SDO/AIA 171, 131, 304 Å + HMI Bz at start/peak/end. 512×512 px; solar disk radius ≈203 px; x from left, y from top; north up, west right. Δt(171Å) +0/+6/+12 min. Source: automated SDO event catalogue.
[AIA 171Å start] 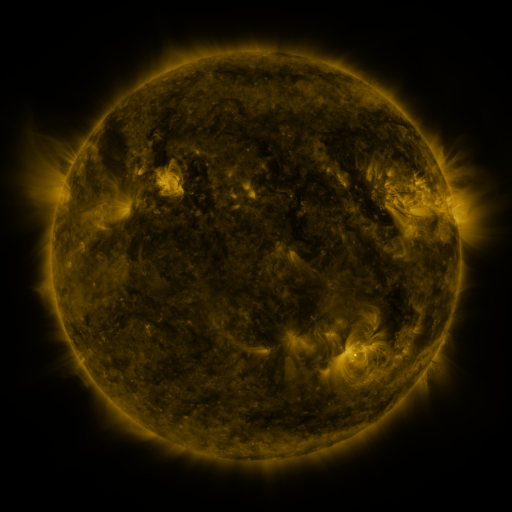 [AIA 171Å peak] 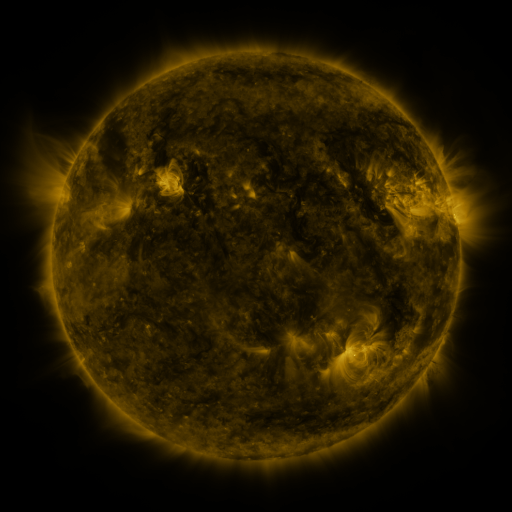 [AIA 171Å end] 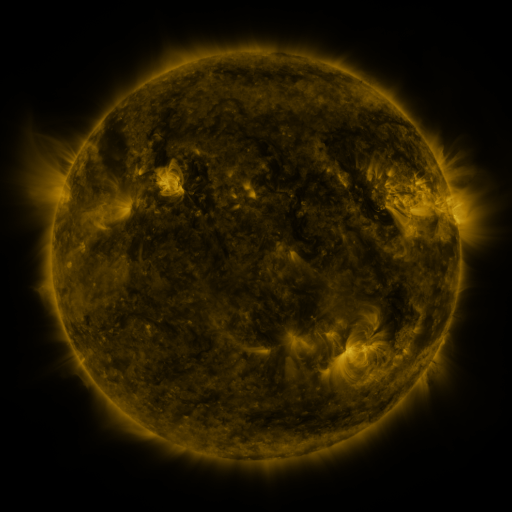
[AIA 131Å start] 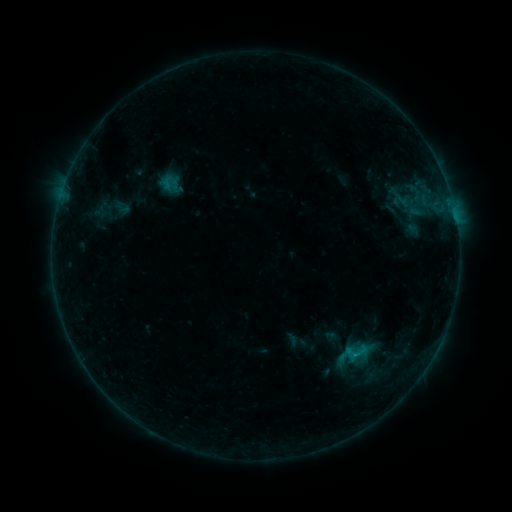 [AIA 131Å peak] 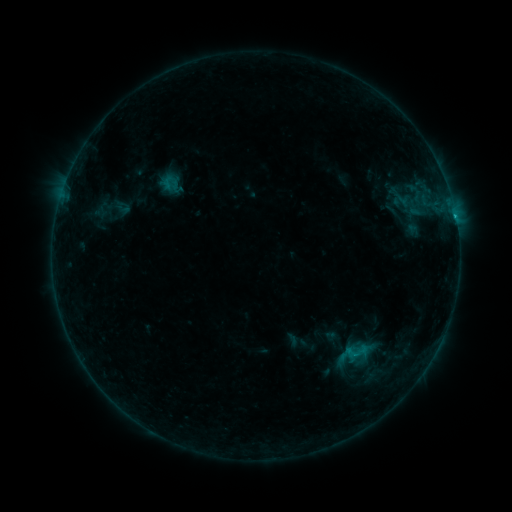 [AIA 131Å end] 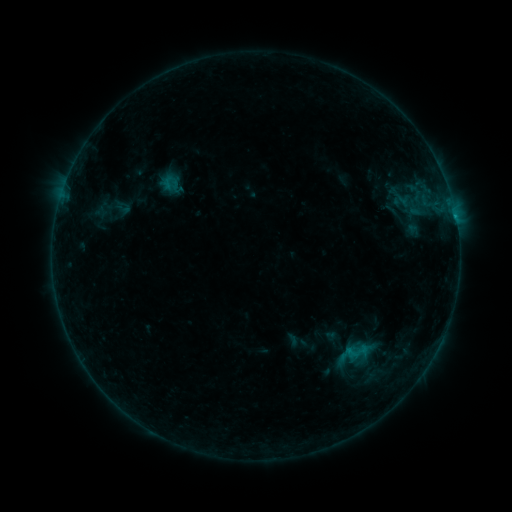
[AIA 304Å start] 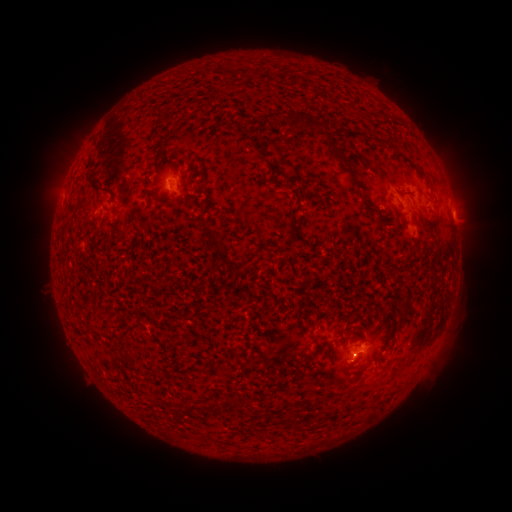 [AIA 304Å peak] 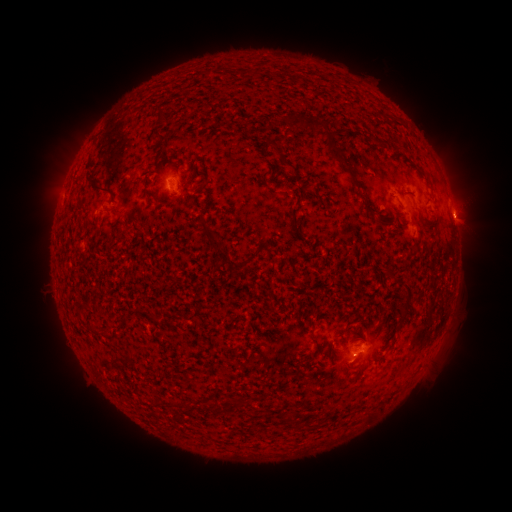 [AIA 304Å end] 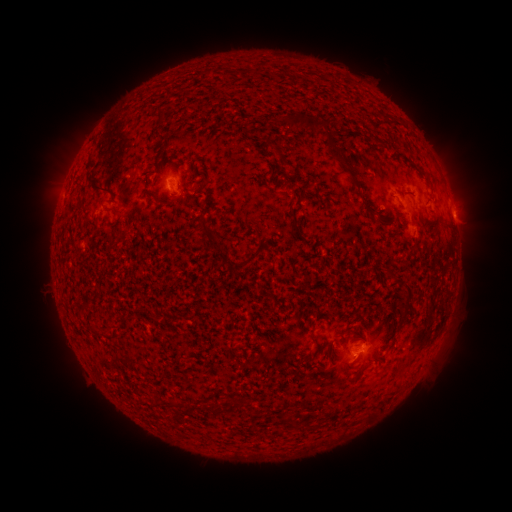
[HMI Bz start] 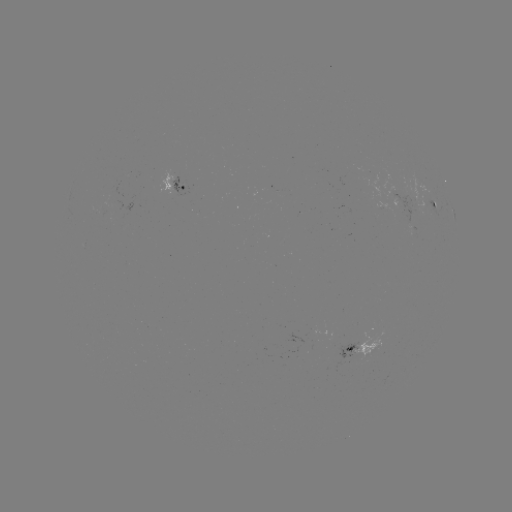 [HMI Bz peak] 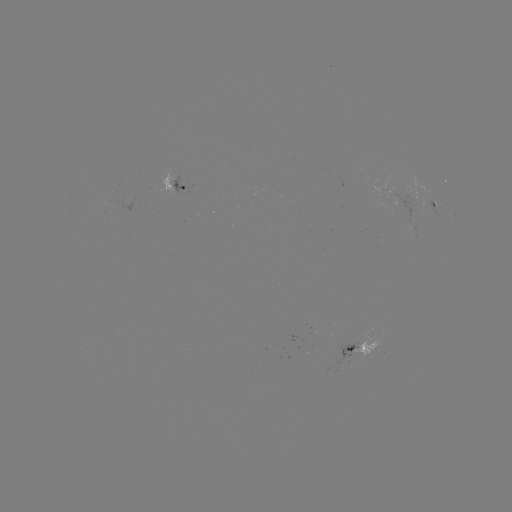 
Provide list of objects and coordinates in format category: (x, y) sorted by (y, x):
B5.0 flare: (454, 218)
